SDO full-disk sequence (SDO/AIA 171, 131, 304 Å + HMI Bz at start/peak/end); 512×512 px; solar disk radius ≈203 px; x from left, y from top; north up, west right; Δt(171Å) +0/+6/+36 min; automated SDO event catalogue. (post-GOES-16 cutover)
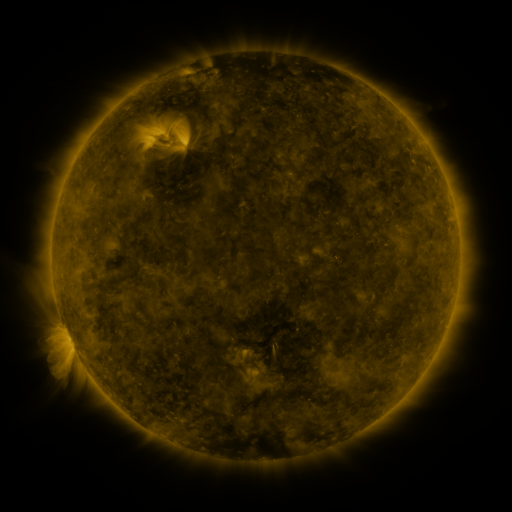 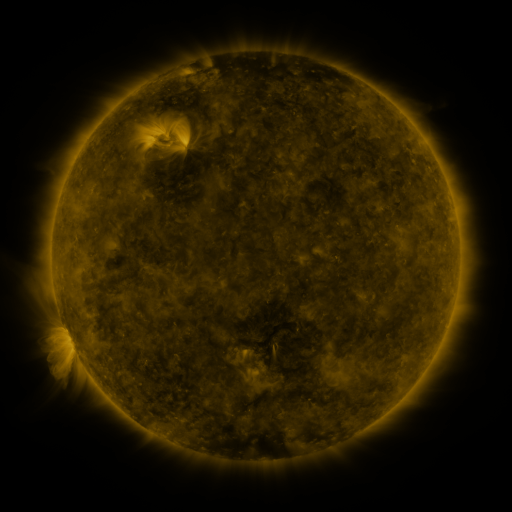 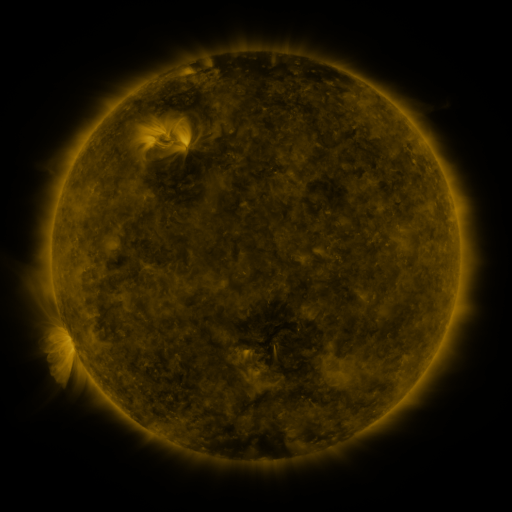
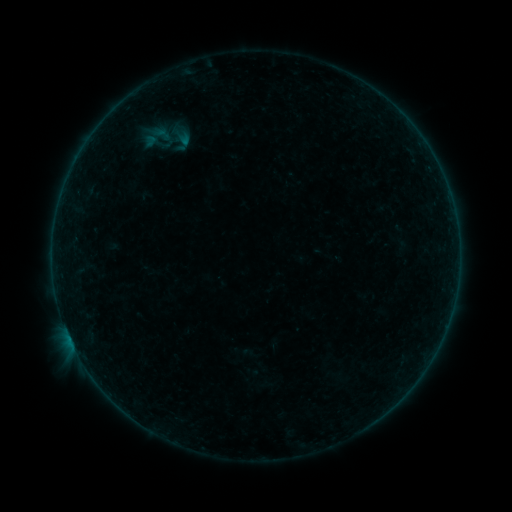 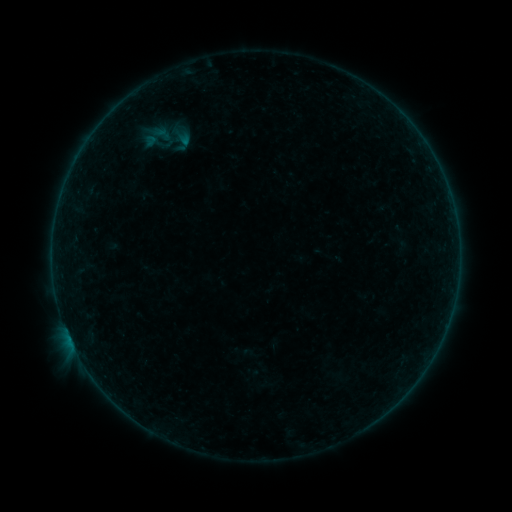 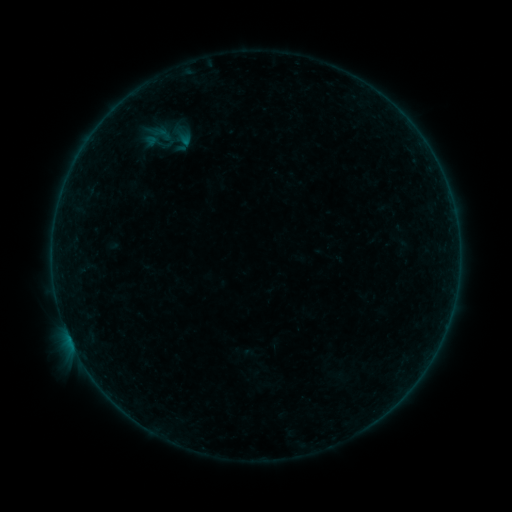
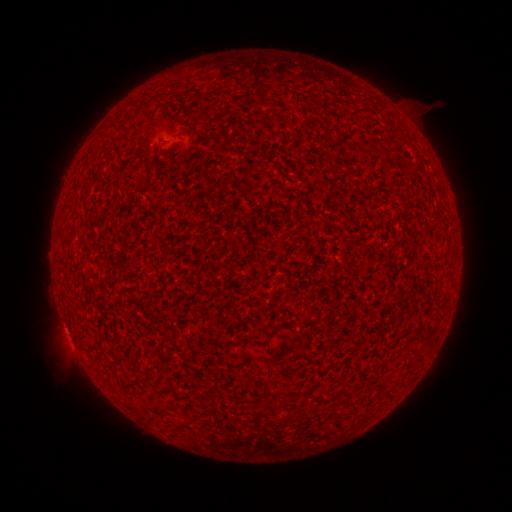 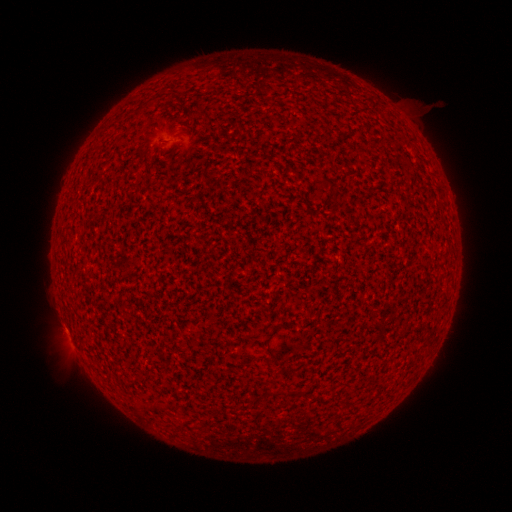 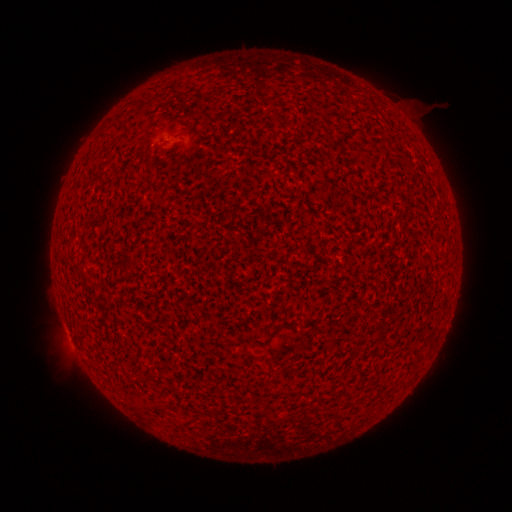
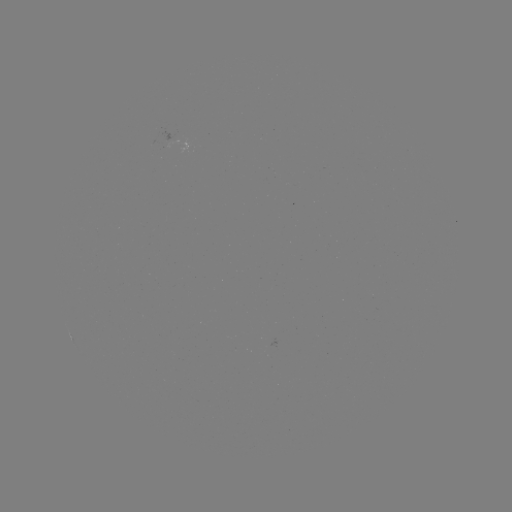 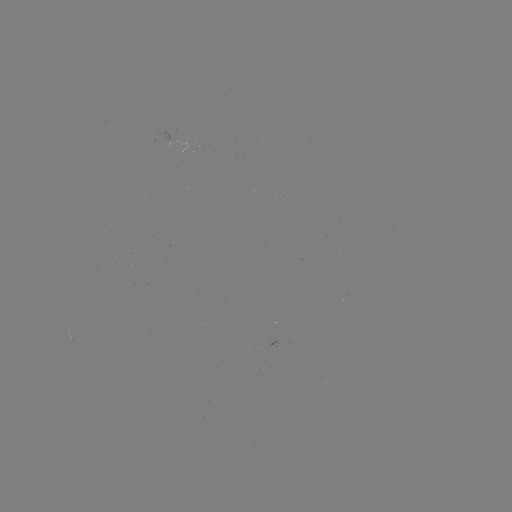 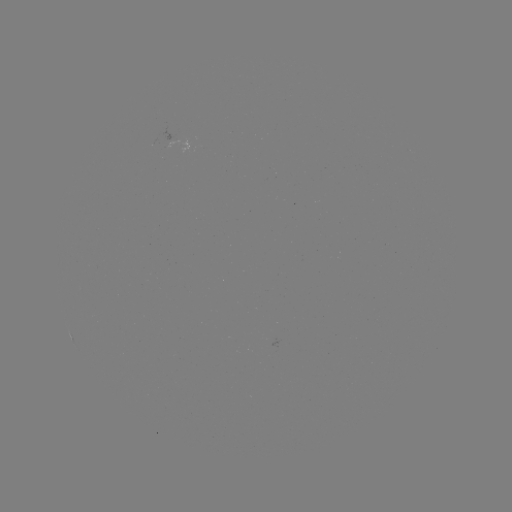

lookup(A6.8 flare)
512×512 (66, 328)